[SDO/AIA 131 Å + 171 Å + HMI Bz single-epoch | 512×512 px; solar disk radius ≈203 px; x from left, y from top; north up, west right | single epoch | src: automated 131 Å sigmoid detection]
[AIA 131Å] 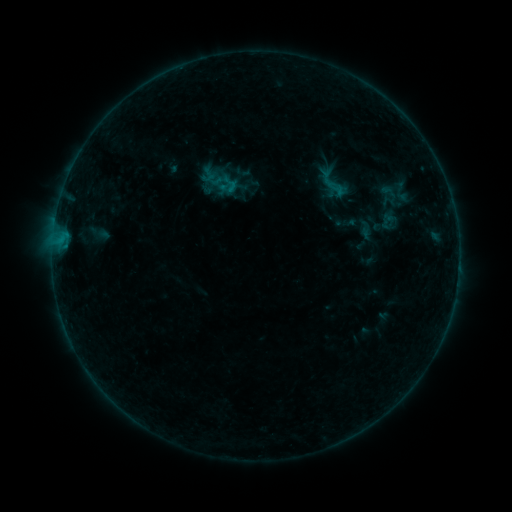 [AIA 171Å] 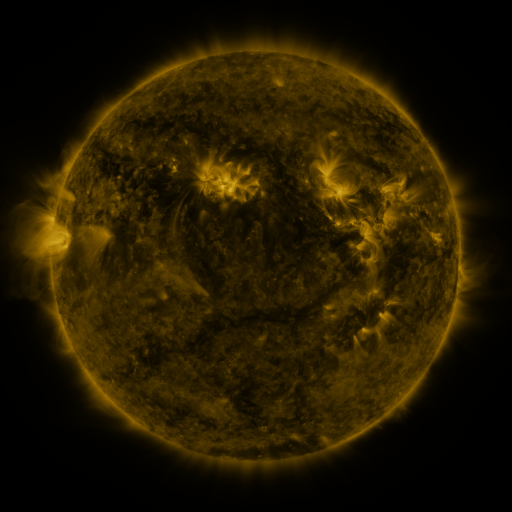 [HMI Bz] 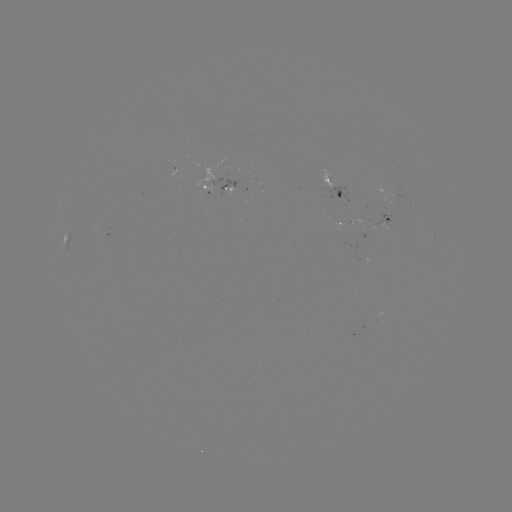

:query sigmoid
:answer [334, 183]